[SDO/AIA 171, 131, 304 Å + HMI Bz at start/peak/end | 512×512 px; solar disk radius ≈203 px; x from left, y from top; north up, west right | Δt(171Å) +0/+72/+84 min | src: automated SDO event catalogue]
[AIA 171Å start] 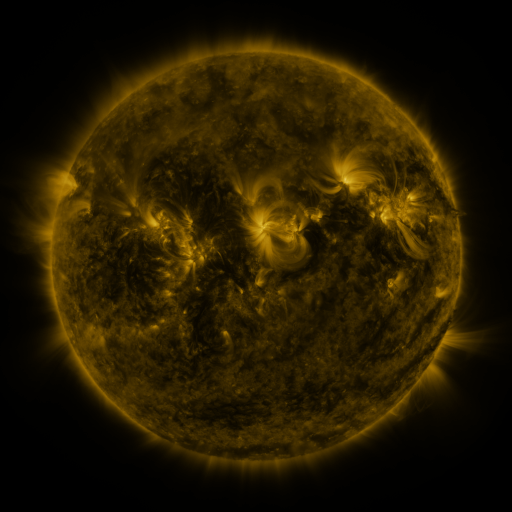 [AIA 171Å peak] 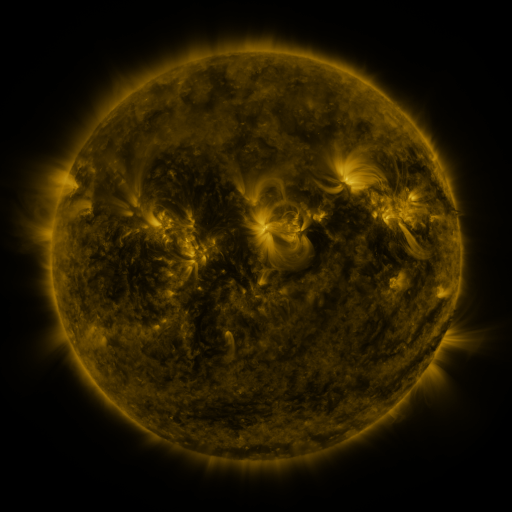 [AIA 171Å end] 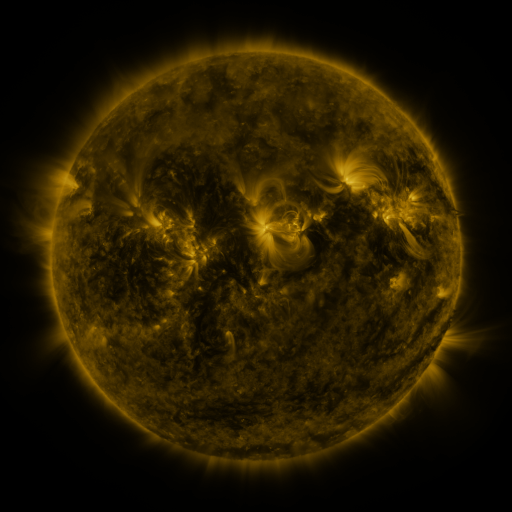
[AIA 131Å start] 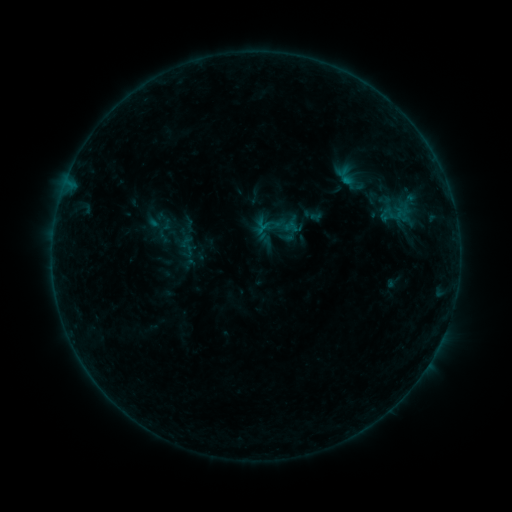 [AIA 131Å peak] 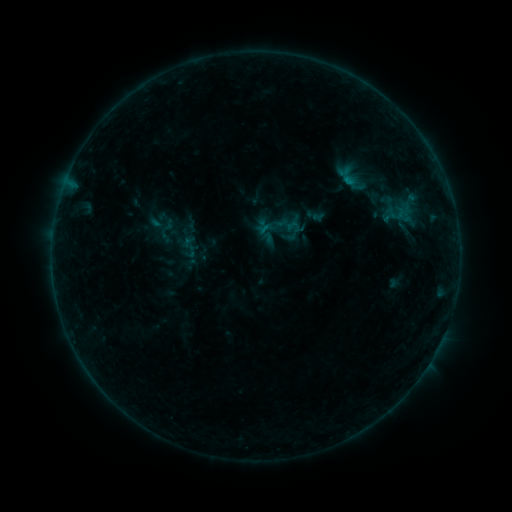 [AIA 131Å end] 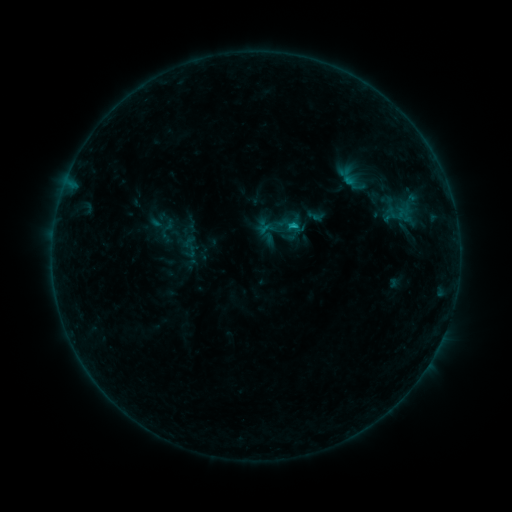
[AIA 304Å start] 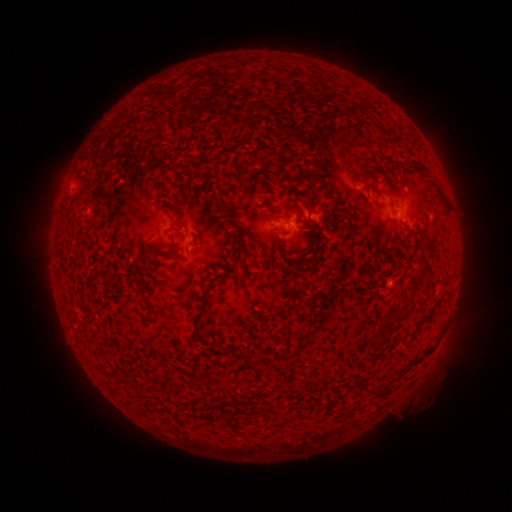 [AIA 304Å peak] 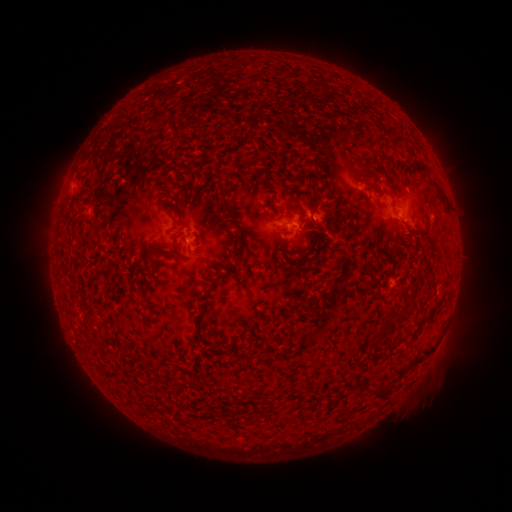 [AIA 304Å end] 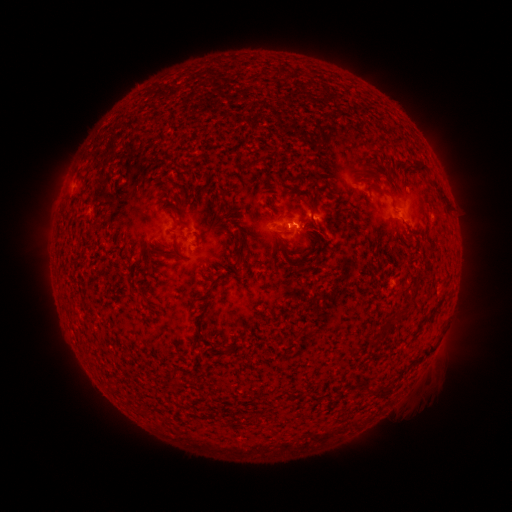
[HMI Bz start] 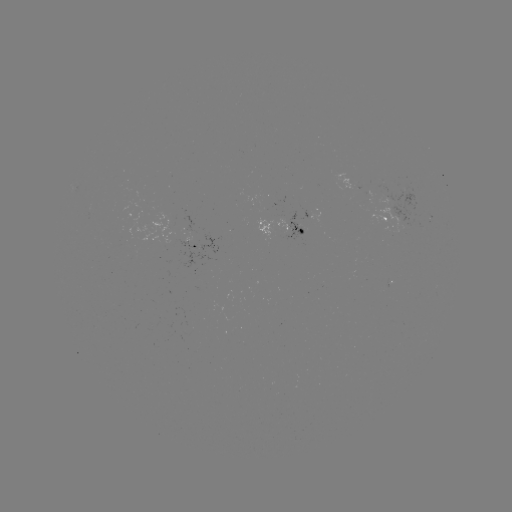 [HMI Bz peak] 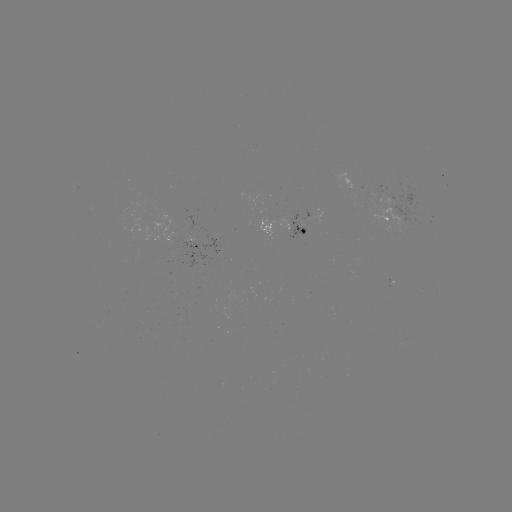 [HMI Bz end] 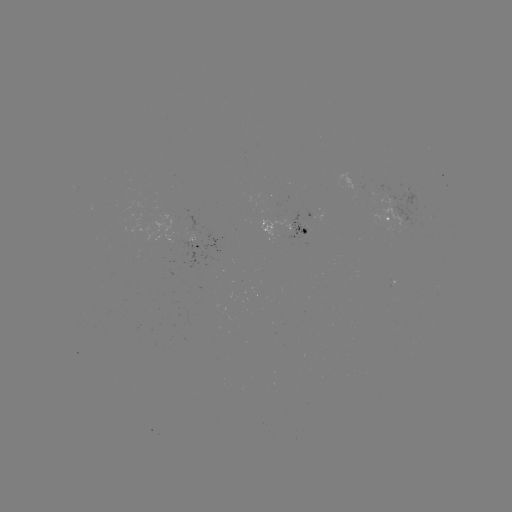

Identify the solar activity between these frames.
emerging-flux region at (291, 227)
